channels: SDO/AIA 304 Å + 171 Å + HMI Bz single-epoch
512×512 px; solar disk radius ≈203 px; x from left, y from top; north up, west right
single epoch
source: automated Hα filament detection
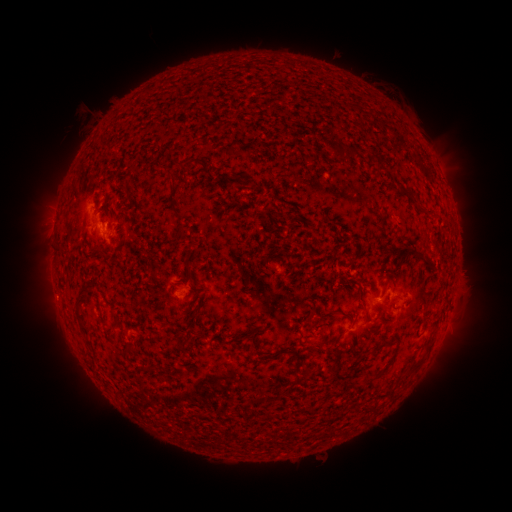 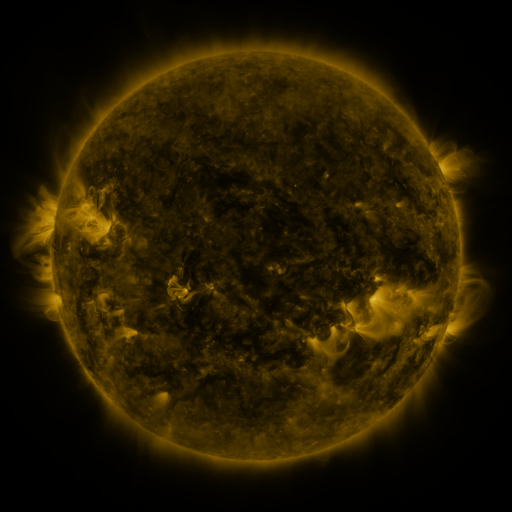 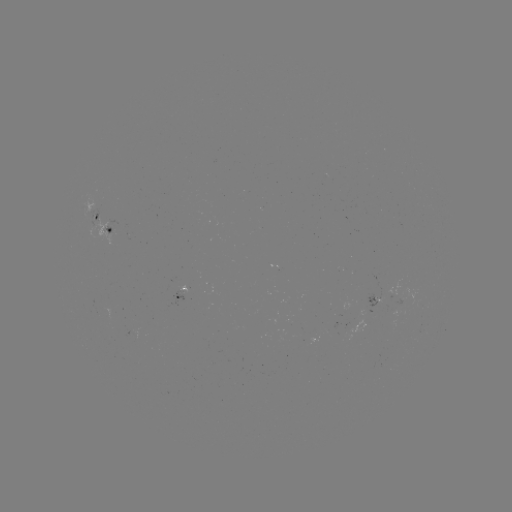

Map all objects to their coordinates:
filament: (339, 153)
filament: (189, 164)
filament: (176, 165)
filament: (411, 192)
filament: (175, 213)
filament: (189, 272)
filament: (361, 290)
filament: (367, 314)
filament: (79, 316)
filament: (254, 331)
filament: (191, 332)
filament: (327, 339)
filament: (279, 351)
filament: (129, 353)
filament: (419, 362)
filament: (382, 370)
filament: (395, 387)
filament: (257, 400)
